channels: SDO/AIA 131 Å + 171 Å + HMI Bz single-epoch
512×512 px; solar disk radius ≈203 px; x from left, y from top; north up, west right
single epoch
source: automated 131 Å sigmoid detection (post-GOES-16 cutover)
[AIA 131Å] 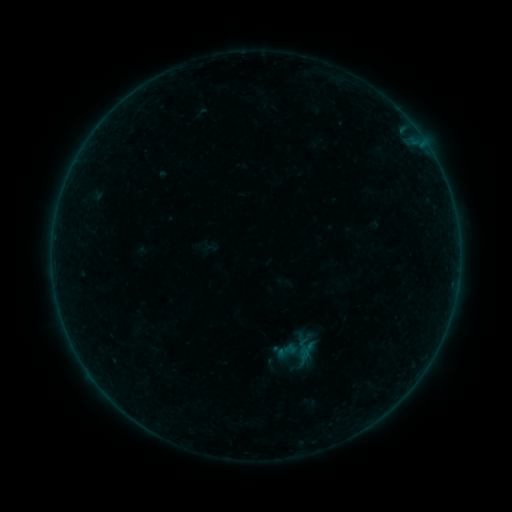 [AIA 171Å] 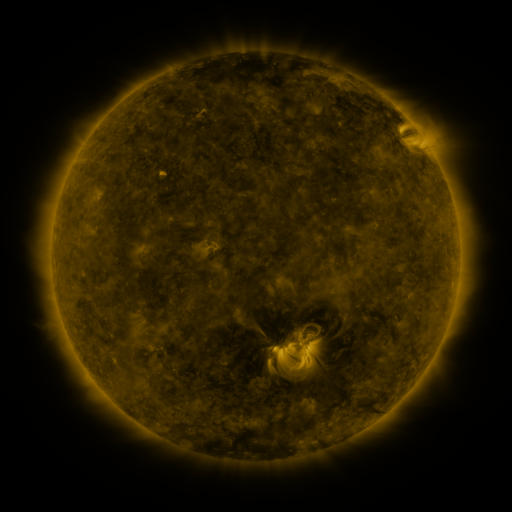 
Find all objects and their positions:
sigmoid: (276, 339, 297, 361)
